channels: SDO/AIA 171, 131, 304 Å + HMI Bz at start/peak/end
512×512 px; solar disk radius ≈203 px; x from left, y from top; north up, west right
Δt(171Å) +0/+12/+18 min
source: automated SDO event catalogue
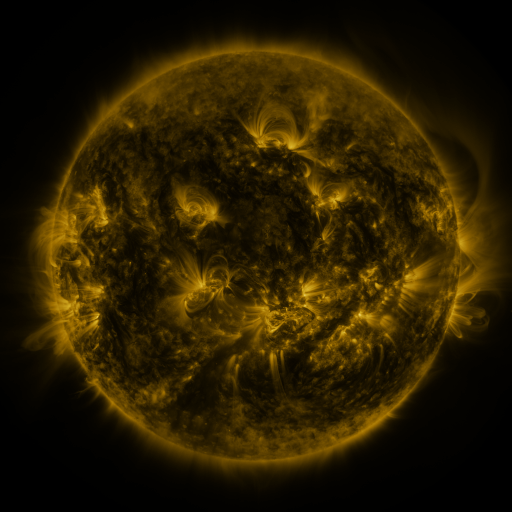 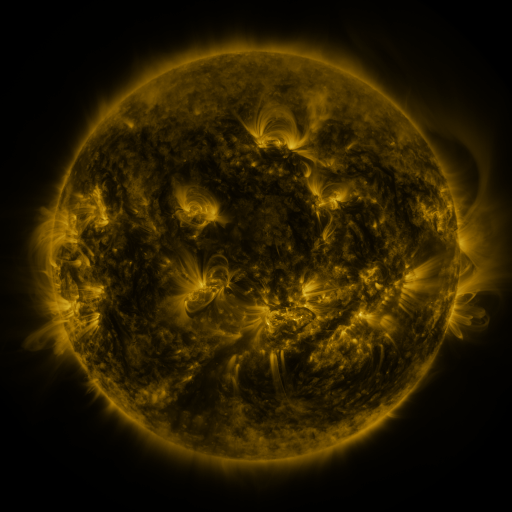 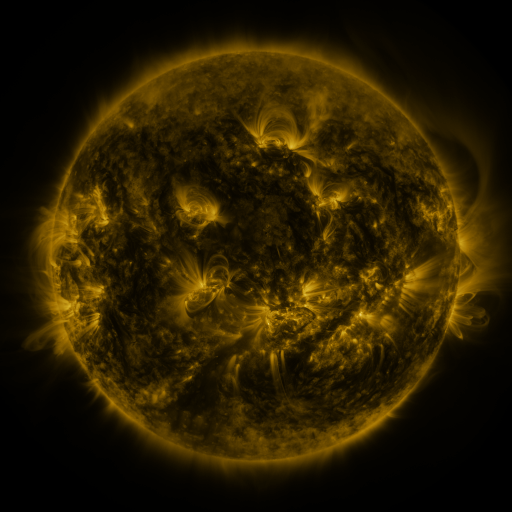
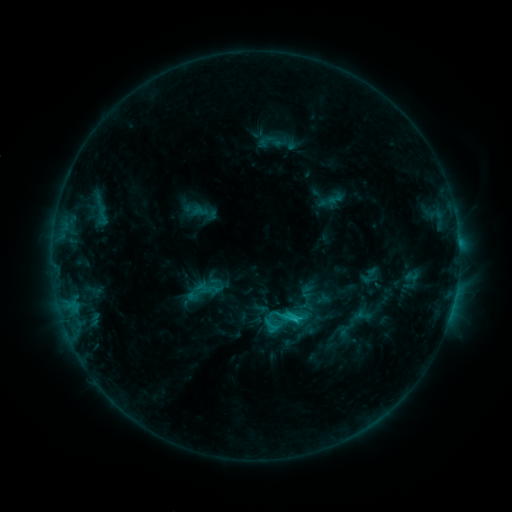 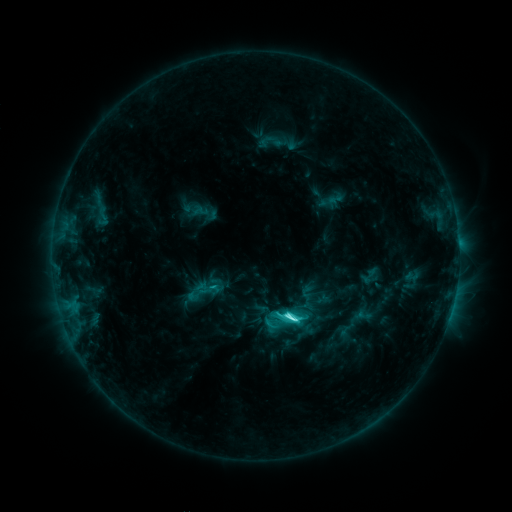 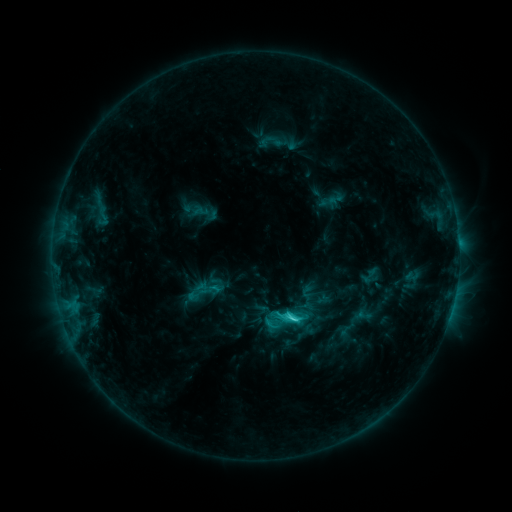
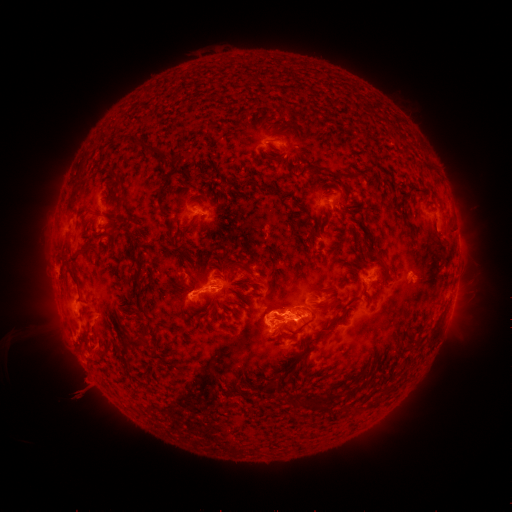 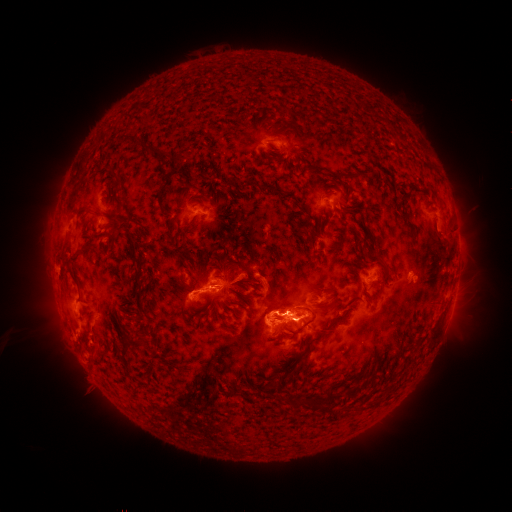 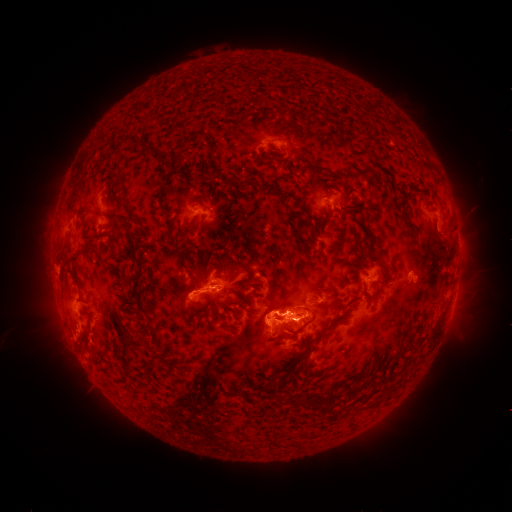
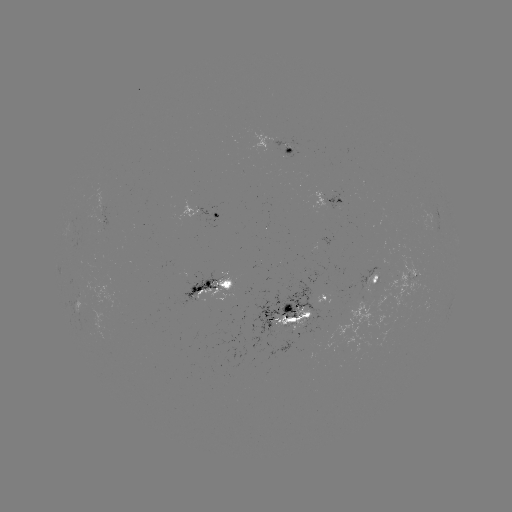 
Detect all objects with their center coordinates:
C7.2 flare: (292, 318)
